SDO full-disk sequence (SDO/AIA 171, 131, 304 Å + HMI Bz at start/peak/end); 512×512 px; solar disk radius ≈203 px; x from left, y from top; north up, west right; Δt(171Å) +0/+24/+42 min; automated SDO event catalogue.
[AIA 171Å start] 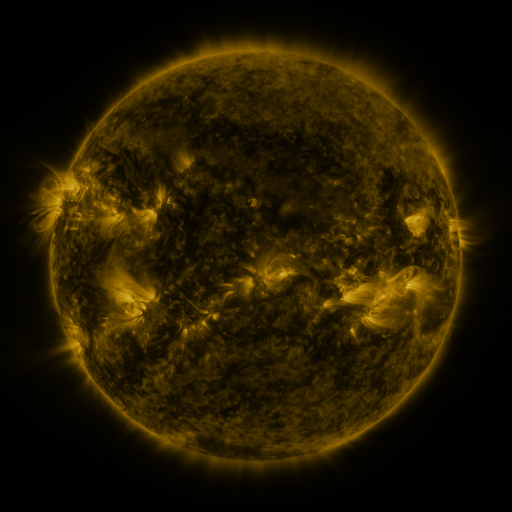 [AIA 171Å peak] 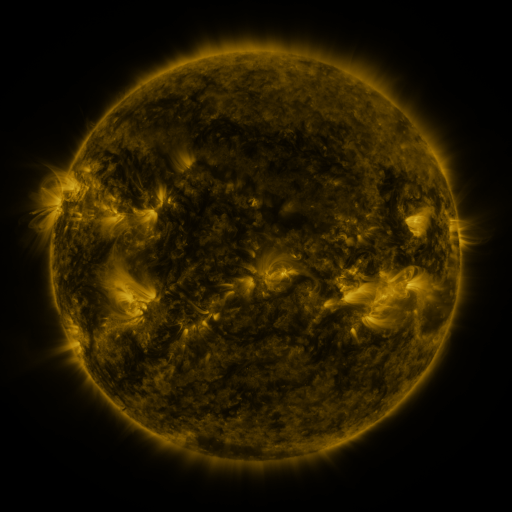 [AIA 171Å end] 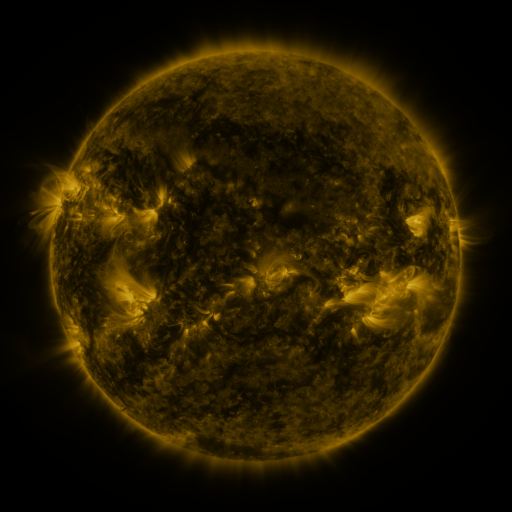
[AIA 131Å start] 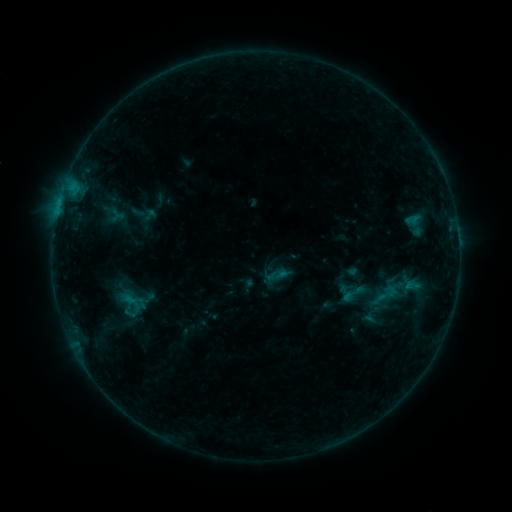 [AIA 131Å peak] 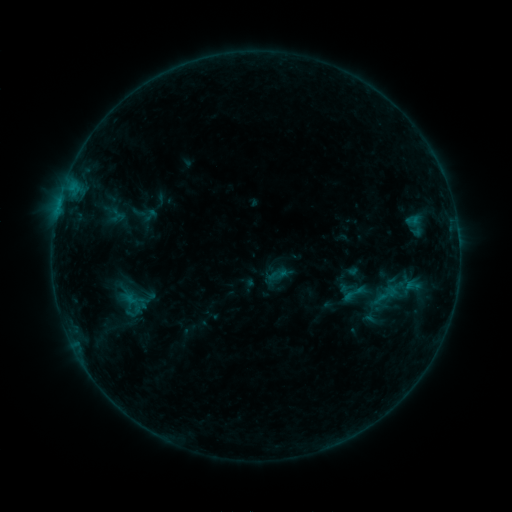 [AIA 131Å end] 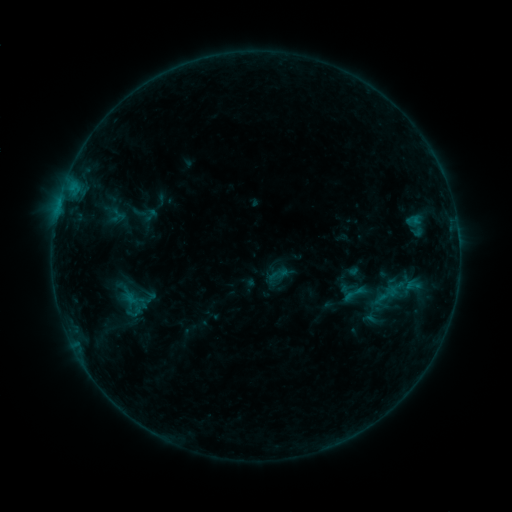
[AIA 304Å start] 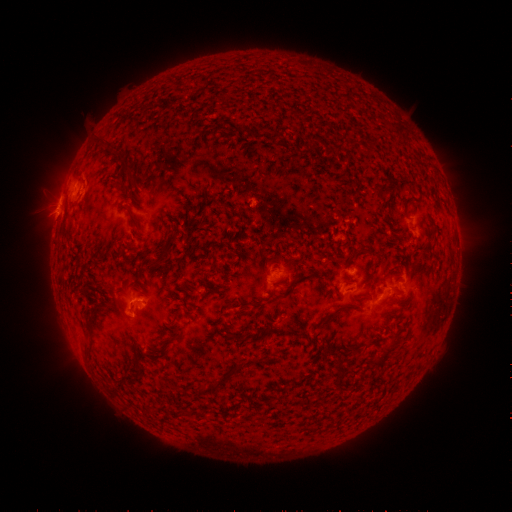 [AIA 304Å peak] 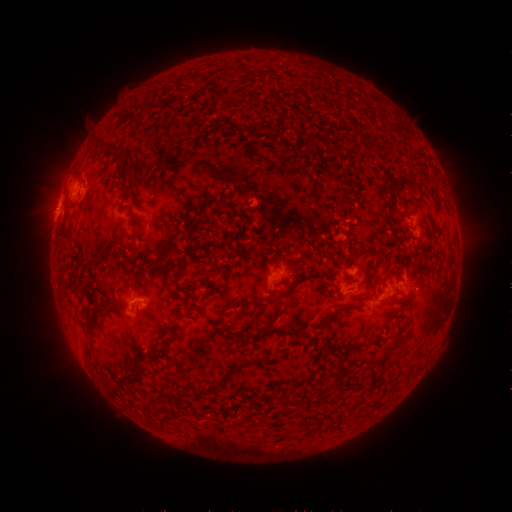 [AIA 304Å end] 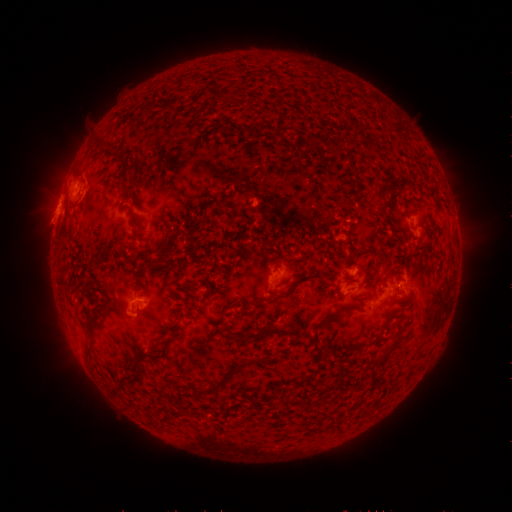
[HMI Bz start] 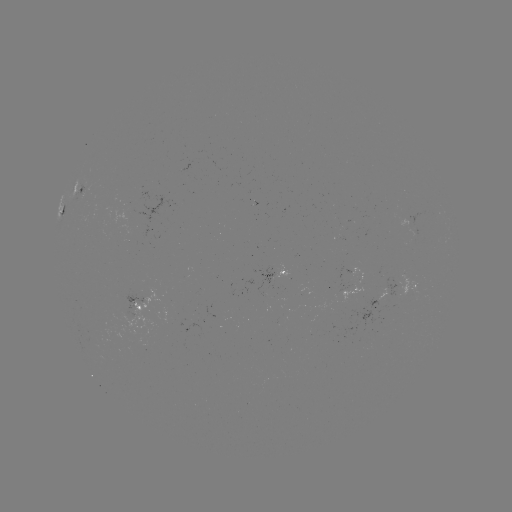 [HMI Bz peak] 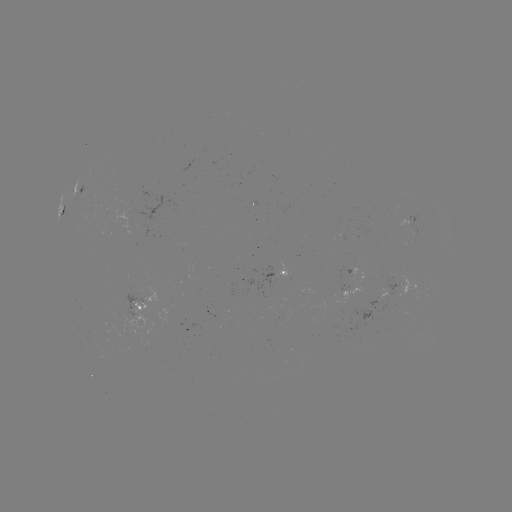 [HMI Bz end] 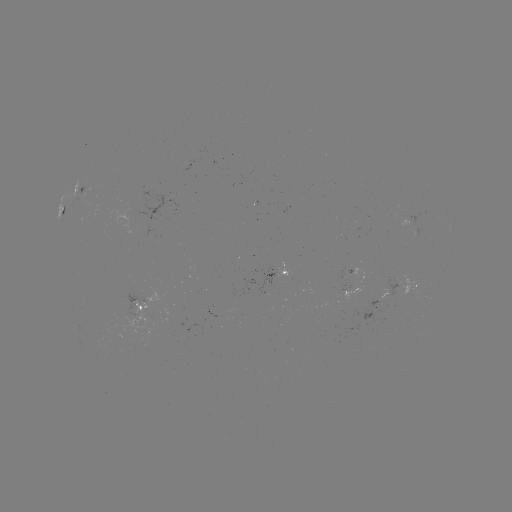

nothing was catalogued: no classed flare, no EUV trigger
